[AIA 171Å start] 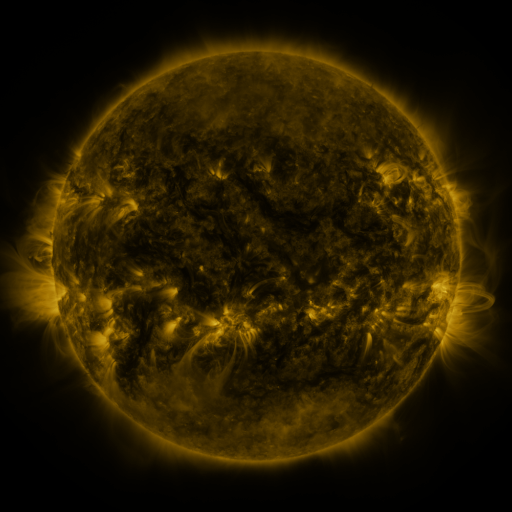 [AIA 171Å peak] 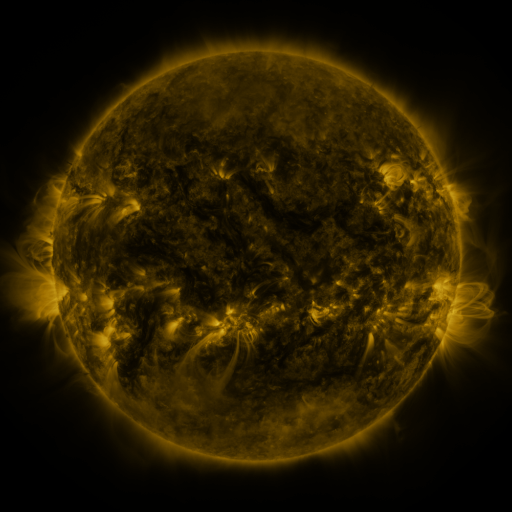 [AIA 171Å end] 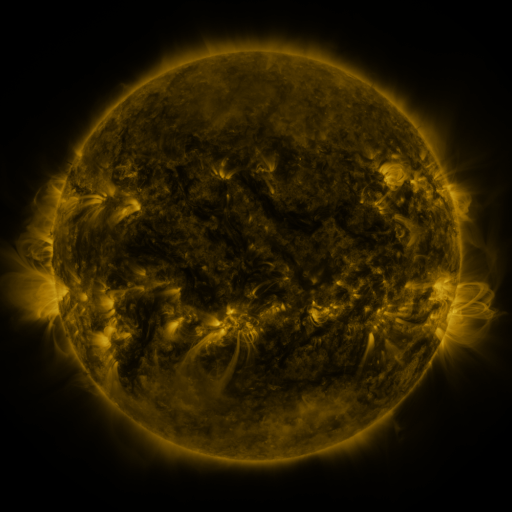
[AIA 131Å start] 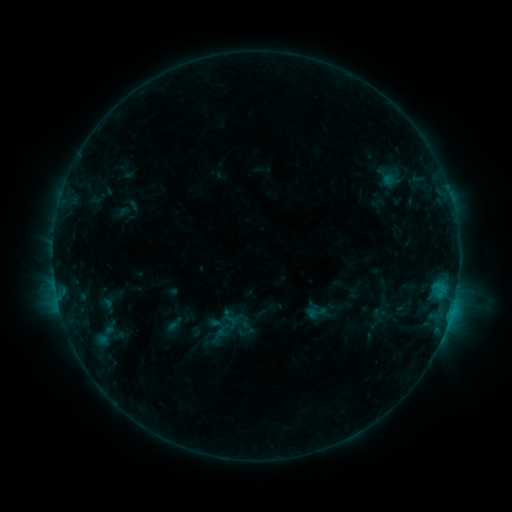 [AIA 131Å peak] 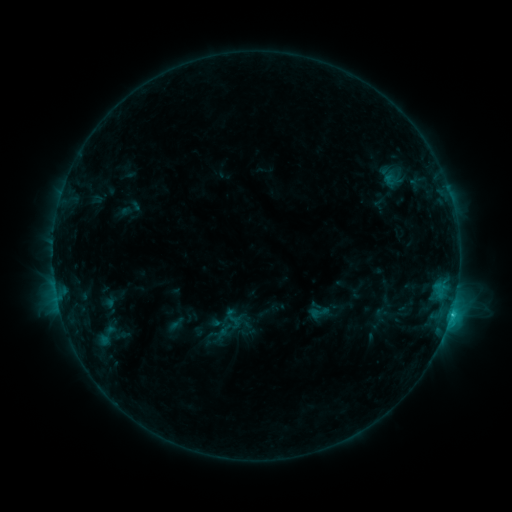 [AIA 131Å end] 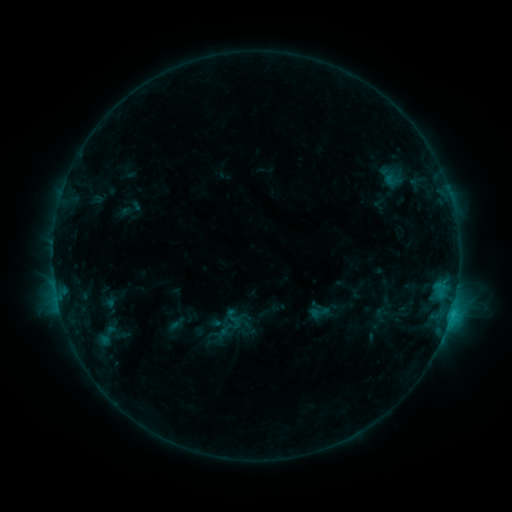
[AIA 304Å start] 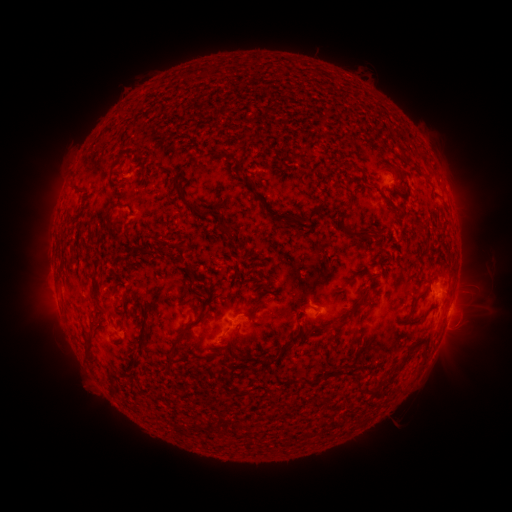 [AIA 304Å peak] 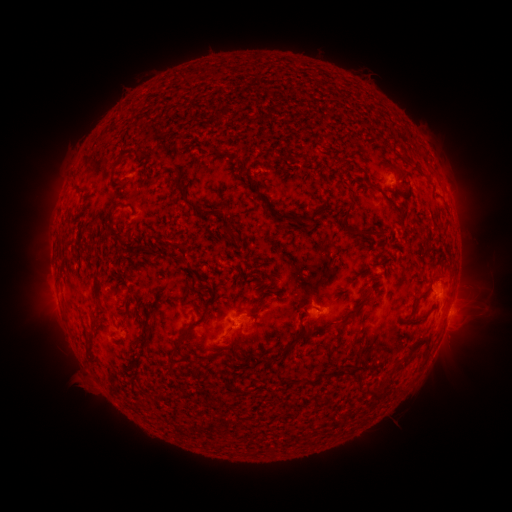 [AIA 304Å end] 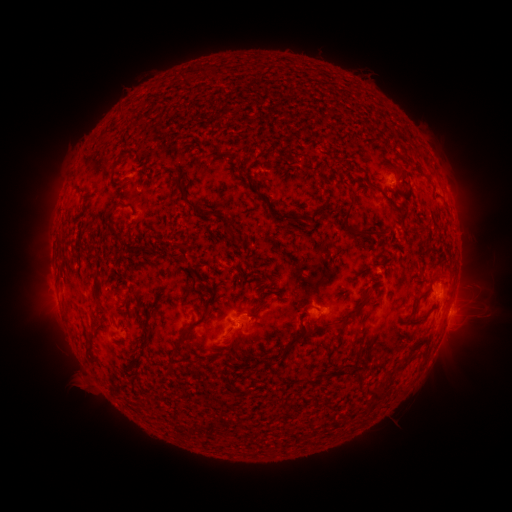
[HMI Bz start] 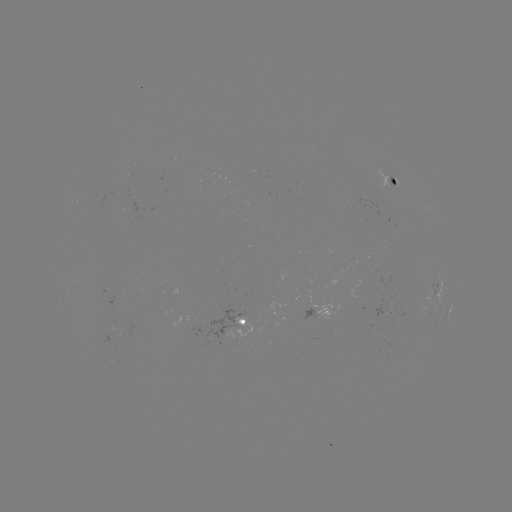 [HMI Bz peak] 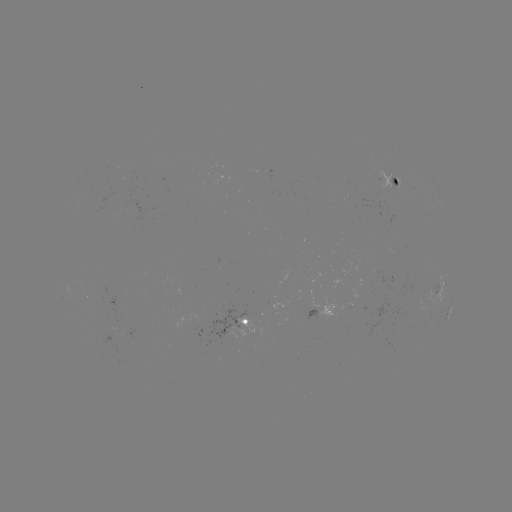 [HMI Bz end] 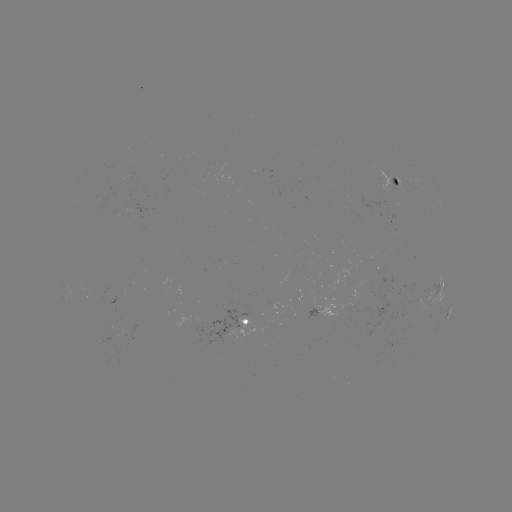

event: emerging-flux region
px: (117, 325)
